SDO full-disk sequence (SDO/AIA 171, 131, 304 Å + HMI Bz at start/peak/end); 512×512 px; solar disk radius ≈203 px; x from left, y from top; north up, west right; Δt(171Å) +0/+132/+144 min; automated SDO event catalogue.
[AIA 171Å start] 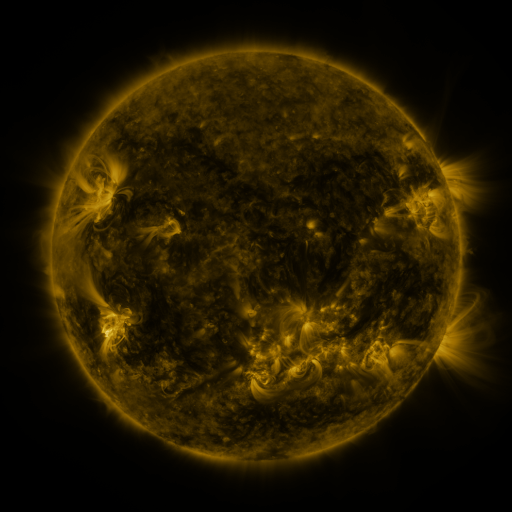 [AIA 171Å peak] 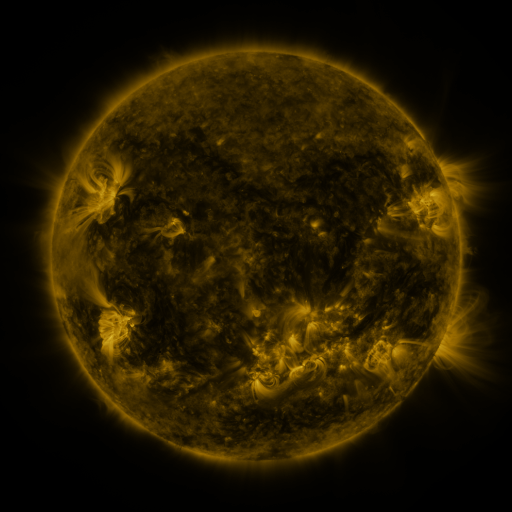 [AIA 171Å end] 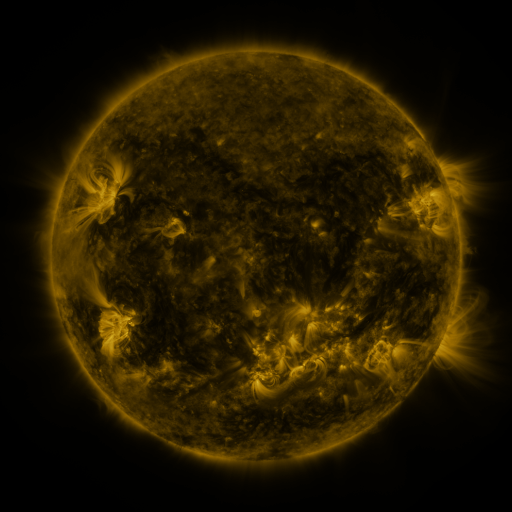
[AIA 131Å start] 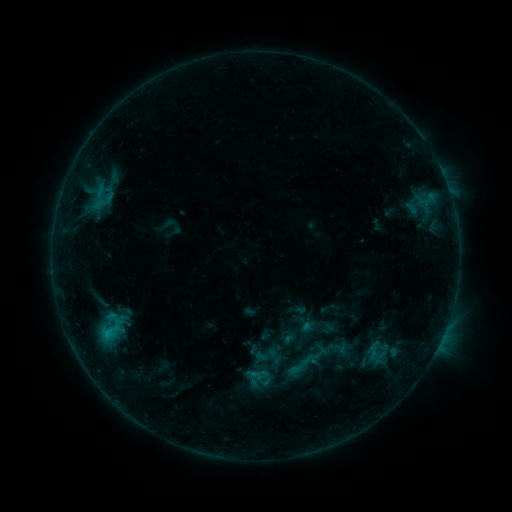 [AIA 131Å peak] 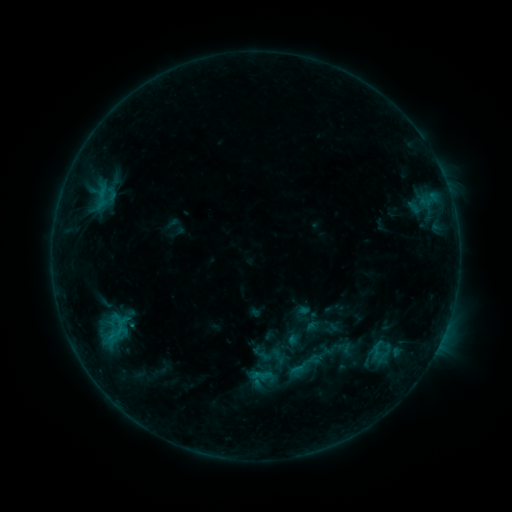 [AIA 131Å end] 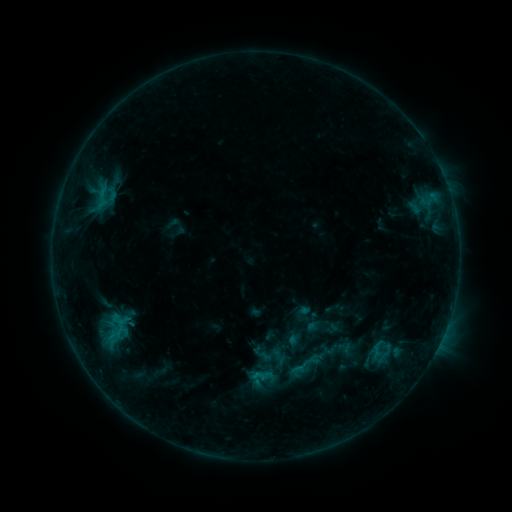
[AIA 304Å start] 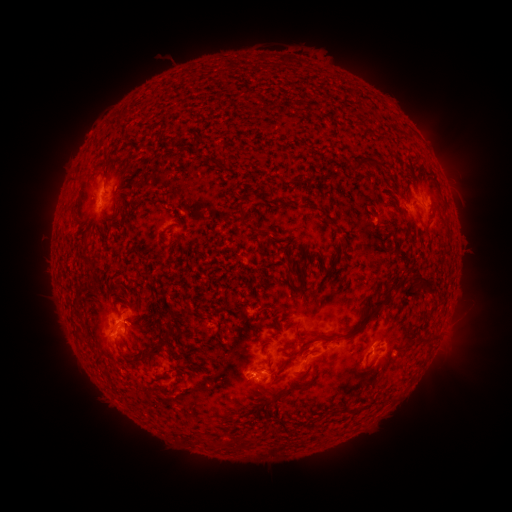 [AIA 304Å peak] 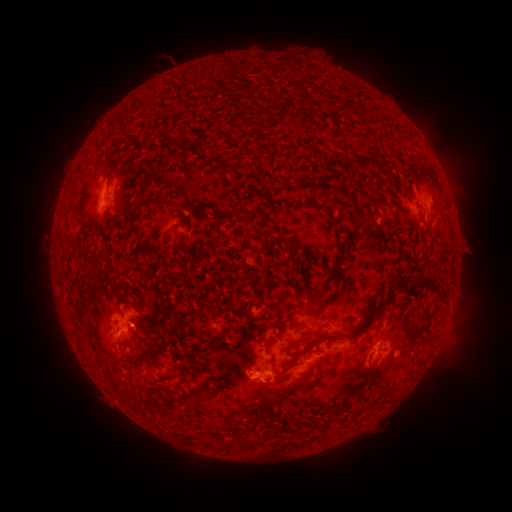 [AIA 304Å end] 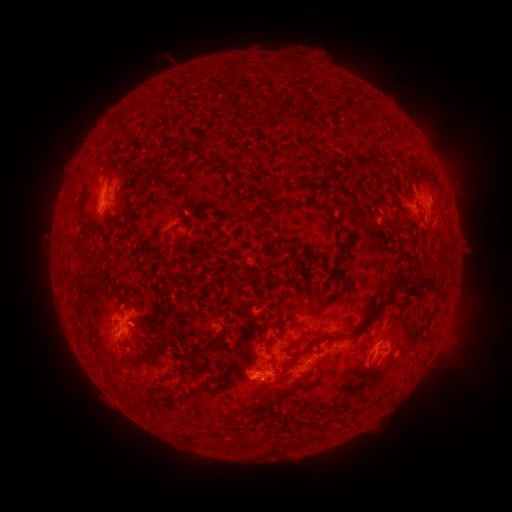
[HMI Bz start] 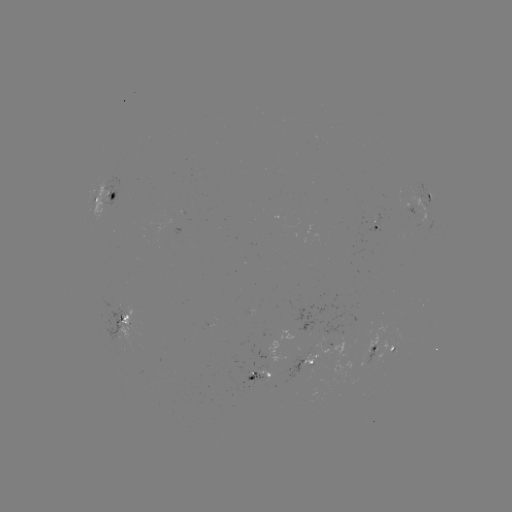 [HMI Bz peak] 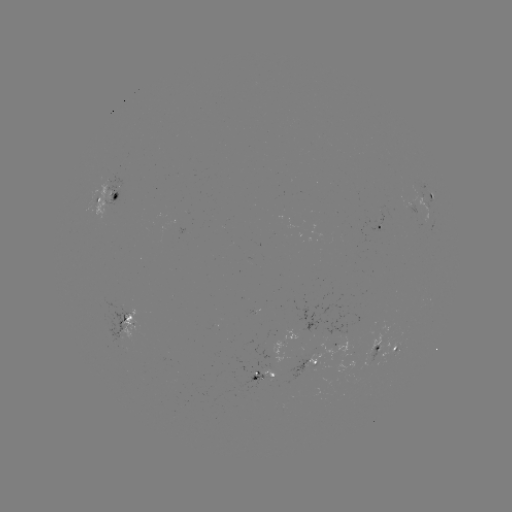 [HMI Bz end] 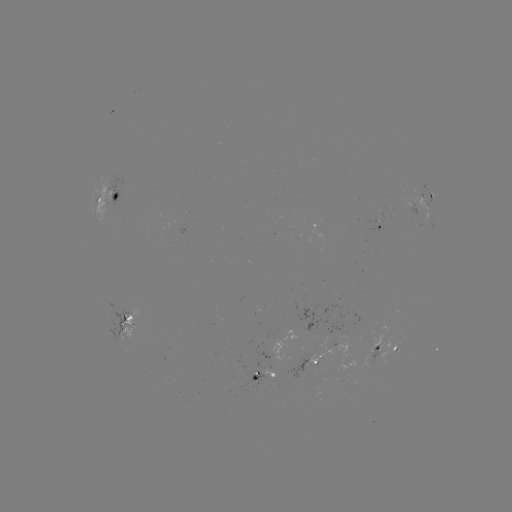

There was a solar emerging-flux region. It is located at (119, 328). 